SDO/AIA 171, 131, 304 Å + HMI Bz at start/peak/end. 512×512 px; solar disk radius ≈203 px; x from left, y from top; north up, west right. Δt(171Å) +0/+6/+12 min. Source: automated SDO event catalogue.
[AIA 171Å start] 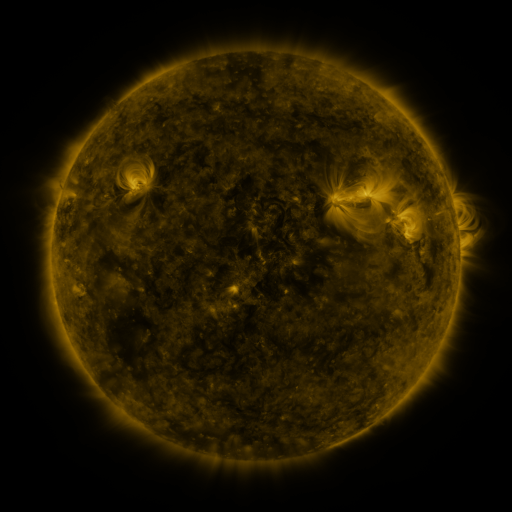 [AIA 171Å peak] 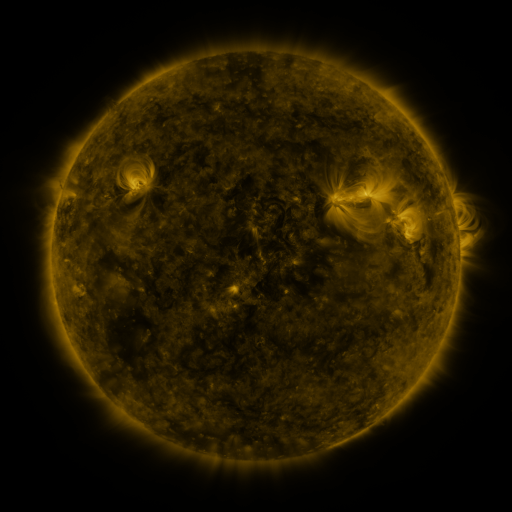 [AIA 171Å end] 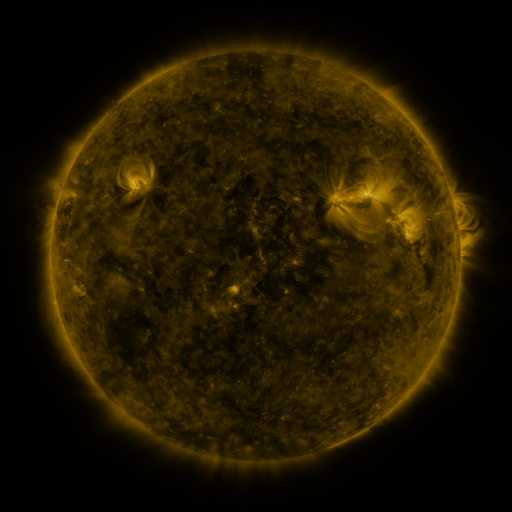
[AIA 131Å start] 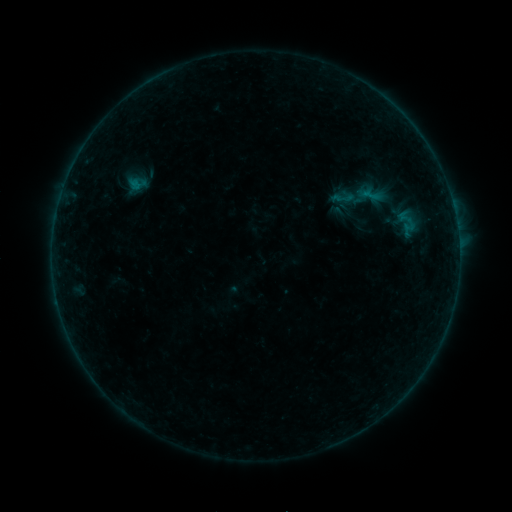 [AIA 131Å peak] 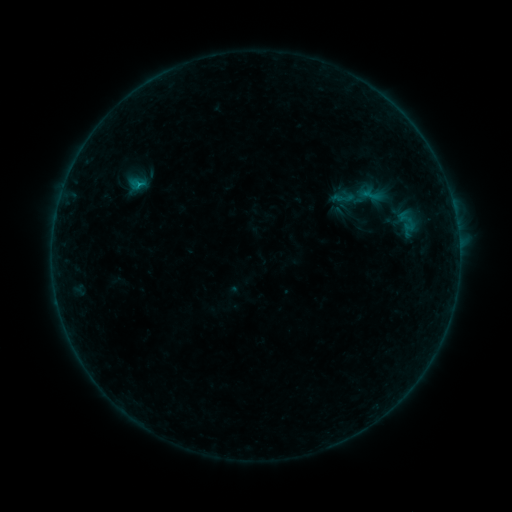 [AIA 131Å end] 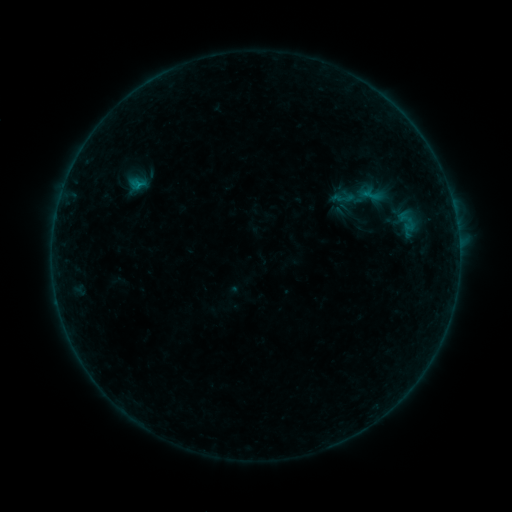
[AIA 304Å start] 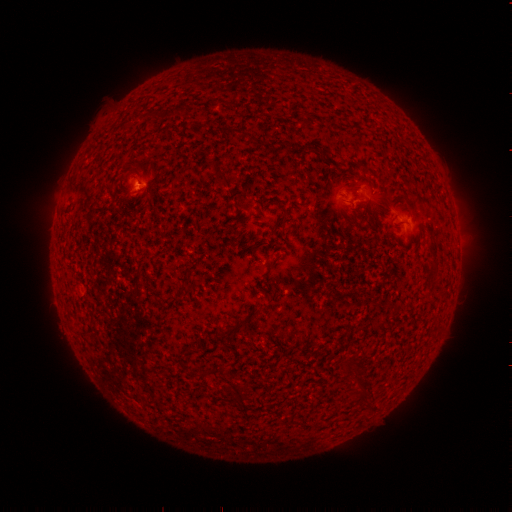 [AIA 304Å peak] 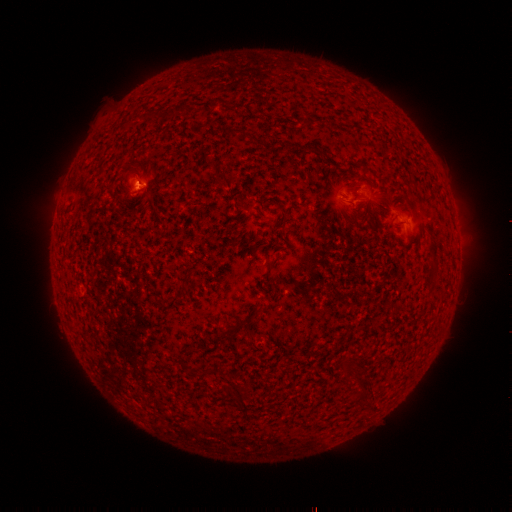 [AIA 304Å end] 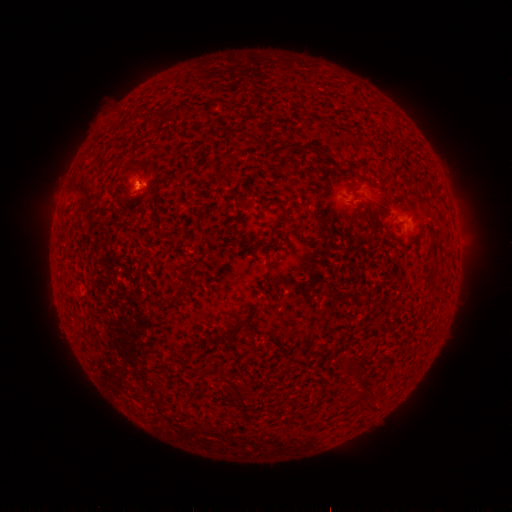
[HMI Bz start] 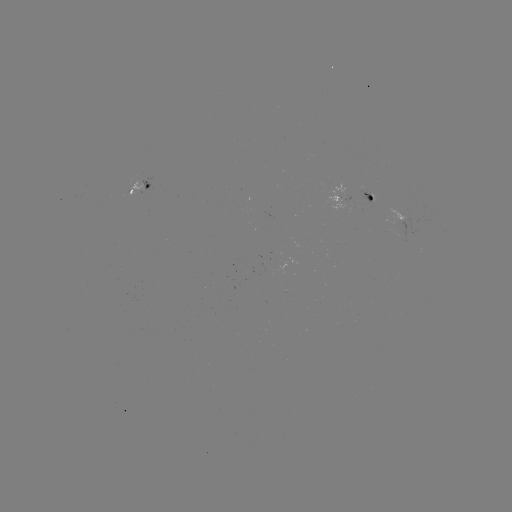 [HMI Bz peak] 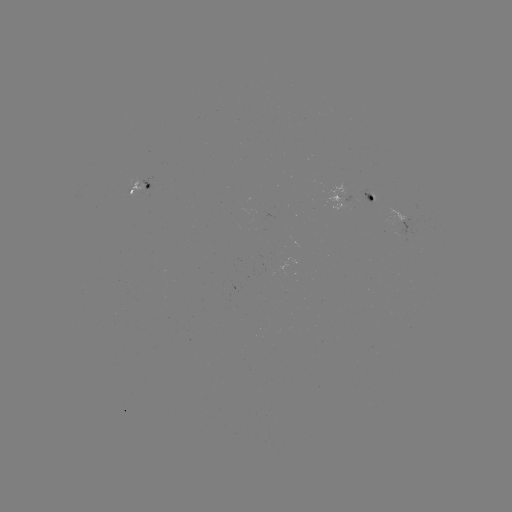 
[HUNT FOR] B2.6 flare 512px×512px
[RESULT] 140,187